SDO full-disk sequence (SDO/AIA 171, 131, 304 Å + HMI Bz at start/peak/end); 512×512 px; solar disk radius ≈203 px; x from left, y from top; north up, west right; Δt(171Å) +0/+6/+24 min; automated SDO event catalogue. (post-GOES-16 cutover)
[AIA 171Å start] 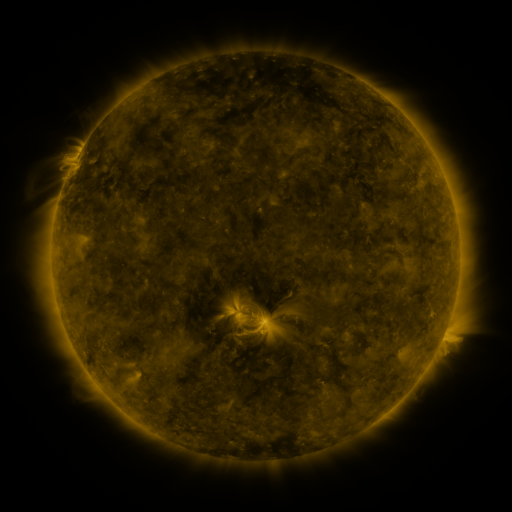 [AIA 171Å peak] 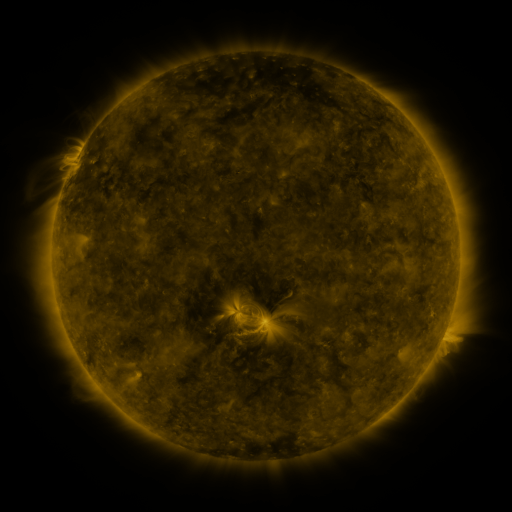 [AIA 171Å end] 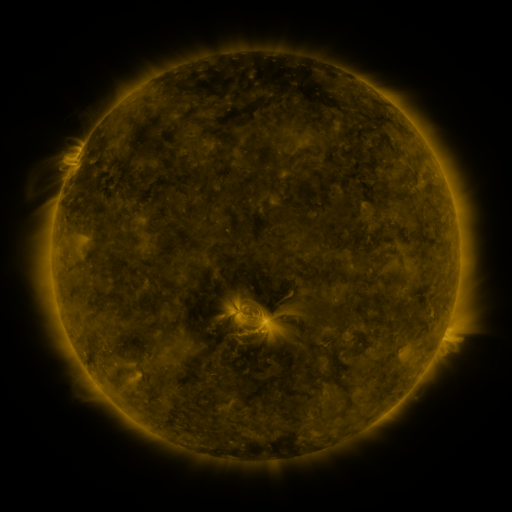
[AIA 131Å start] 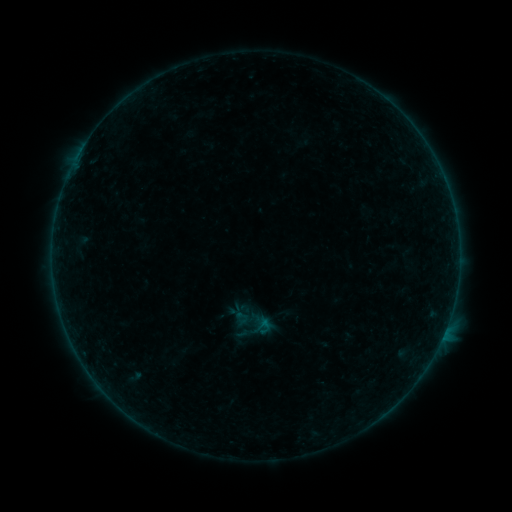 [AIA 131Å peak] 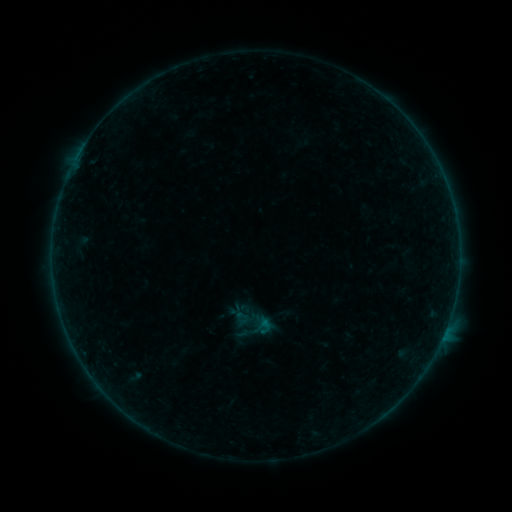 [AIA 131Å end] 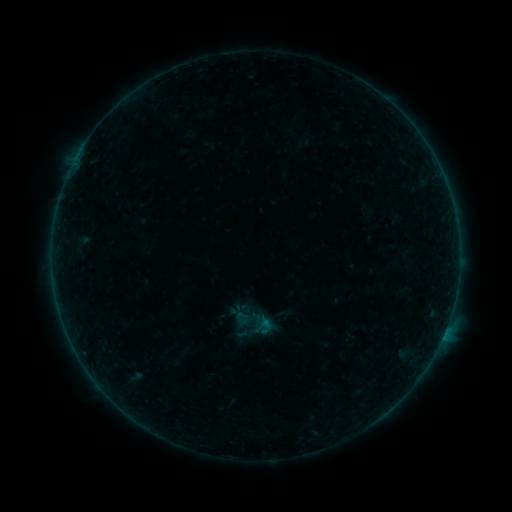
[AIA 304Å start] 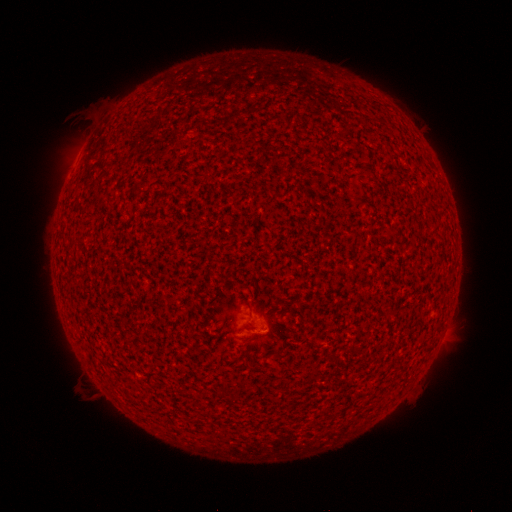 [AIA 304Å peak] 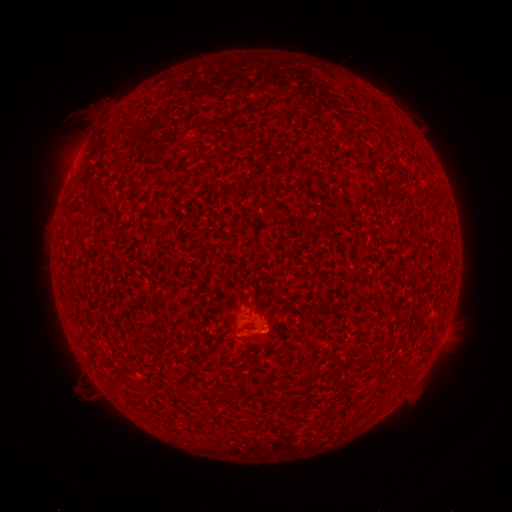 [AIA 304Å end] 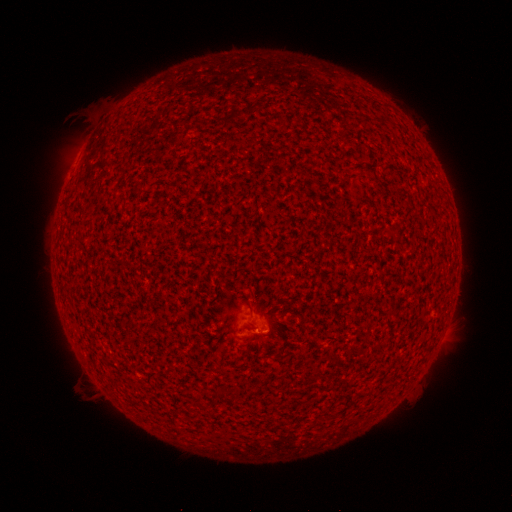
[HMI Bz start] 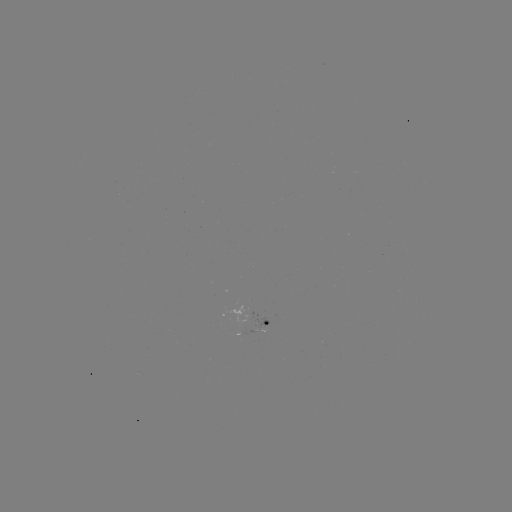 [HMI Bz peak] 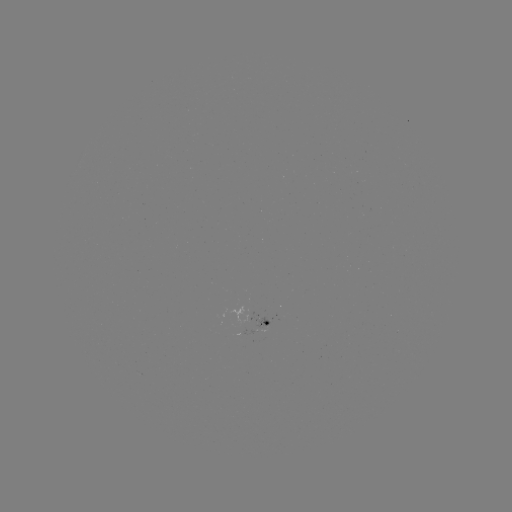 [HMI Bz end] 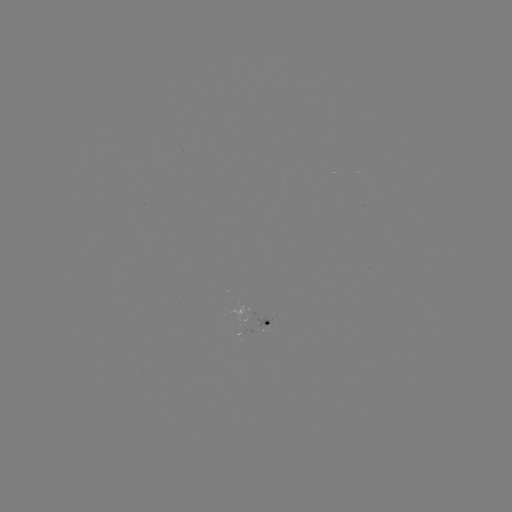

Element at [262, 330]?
A6.3 flare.